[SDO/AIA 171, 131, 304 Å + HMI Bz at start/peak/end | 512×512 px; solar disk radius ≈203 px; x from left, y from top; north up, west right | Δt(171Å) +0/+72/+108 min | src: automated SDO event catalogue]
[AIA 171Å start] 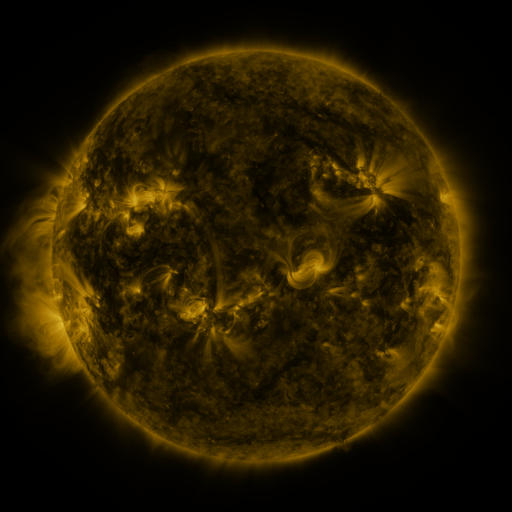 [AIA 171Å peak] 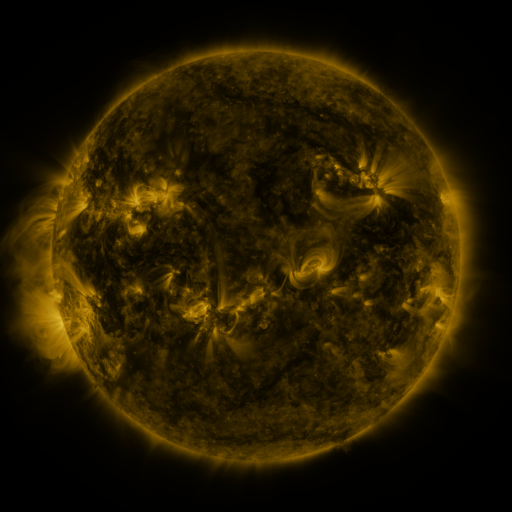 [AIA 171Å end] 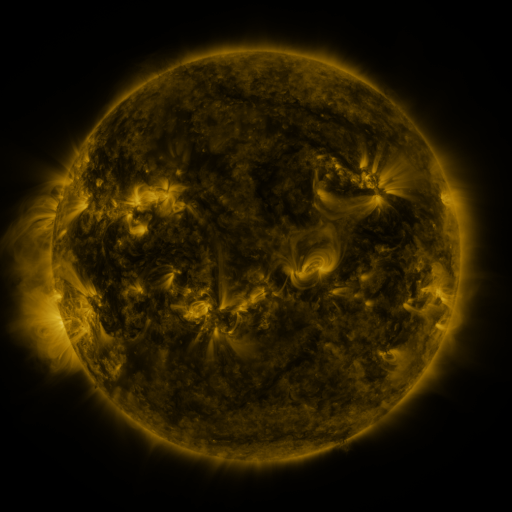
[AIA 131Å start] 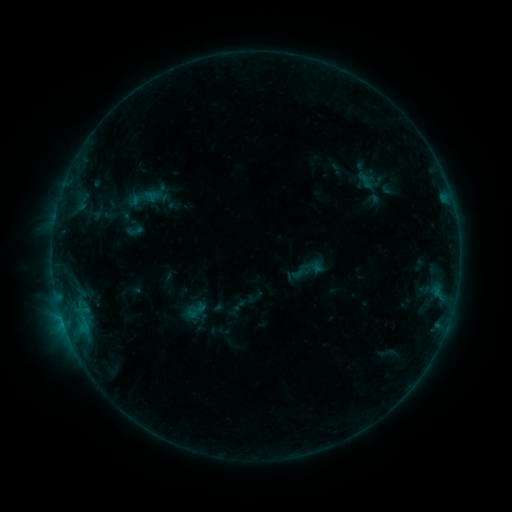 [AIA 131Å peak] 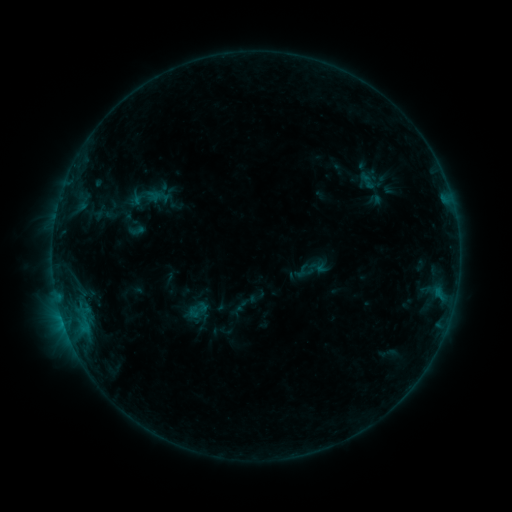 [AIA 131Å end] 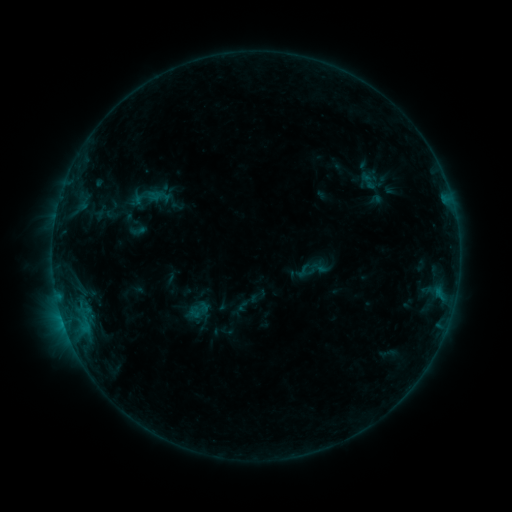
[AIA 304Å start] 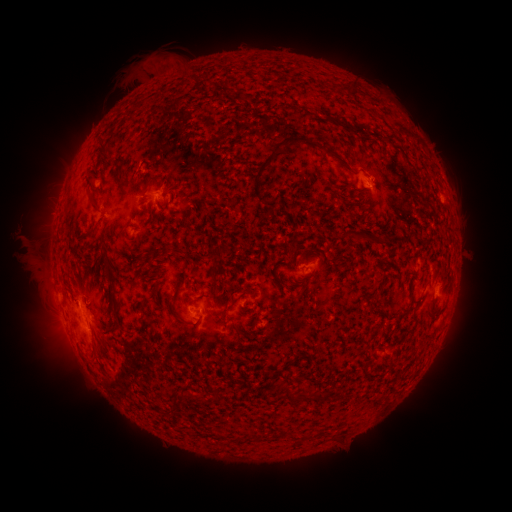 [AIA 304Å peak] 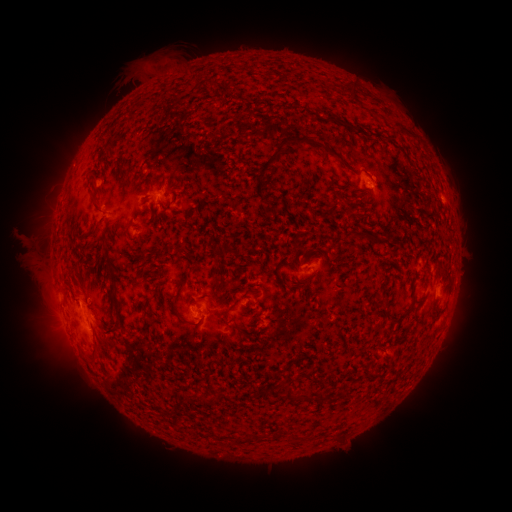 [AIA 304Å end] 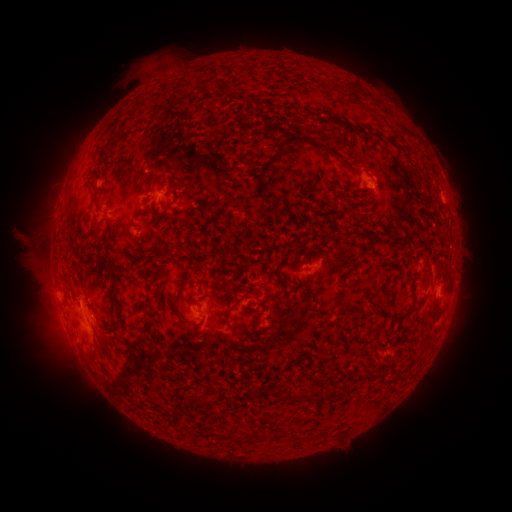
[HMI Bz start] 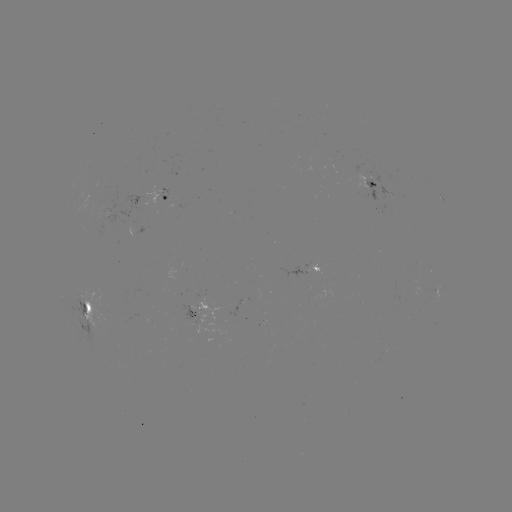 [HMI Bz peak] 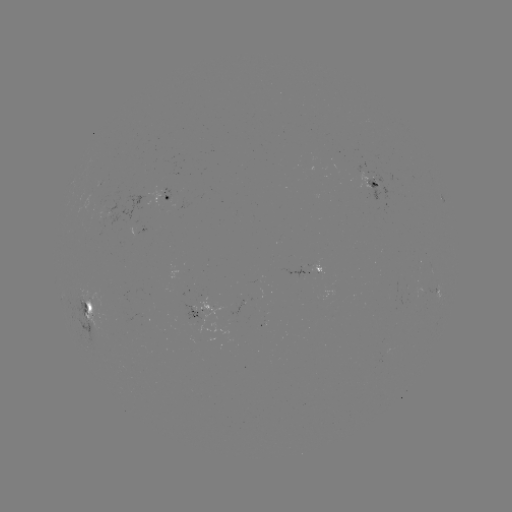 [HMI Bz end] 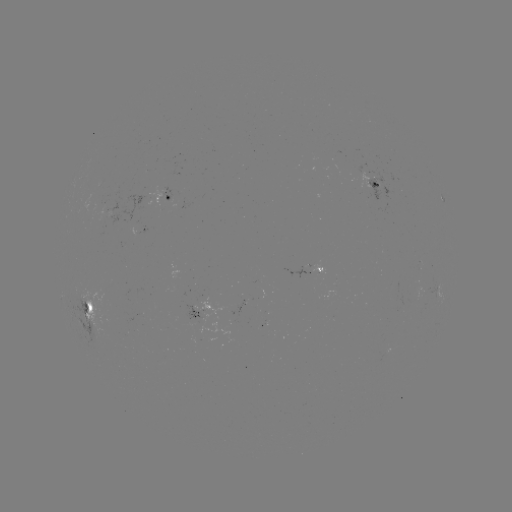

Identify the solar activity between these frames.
emerging-flux region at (301, 270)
